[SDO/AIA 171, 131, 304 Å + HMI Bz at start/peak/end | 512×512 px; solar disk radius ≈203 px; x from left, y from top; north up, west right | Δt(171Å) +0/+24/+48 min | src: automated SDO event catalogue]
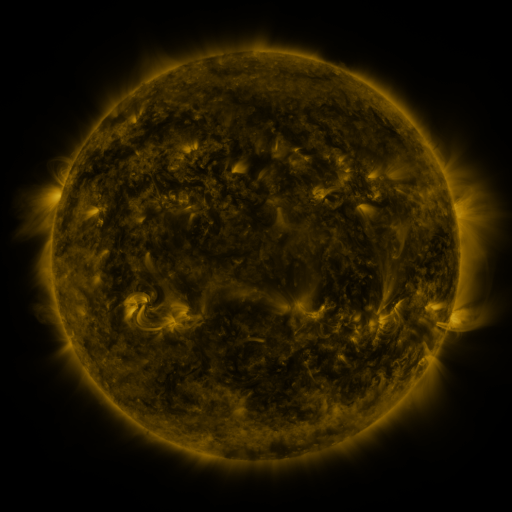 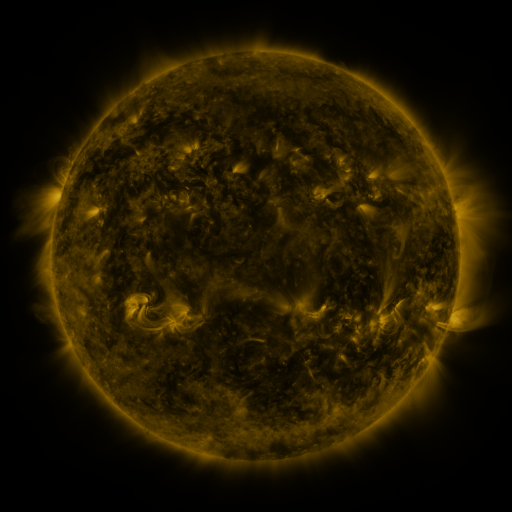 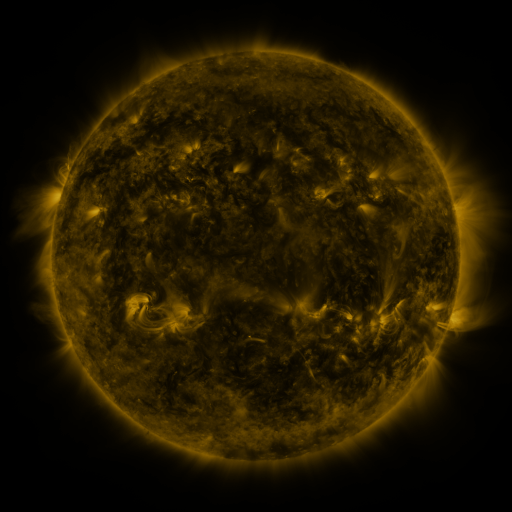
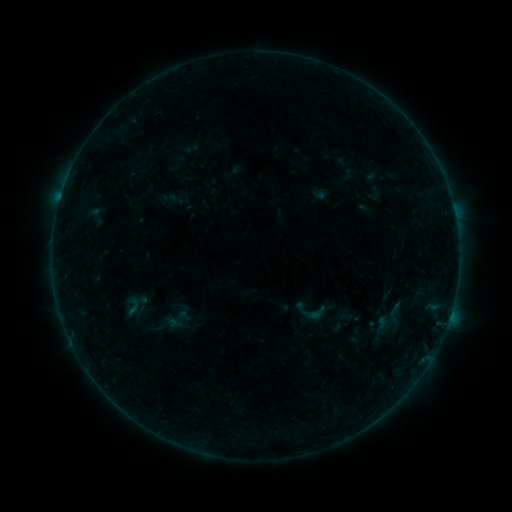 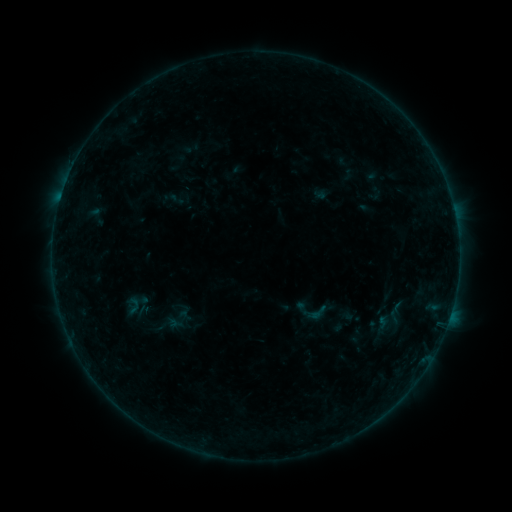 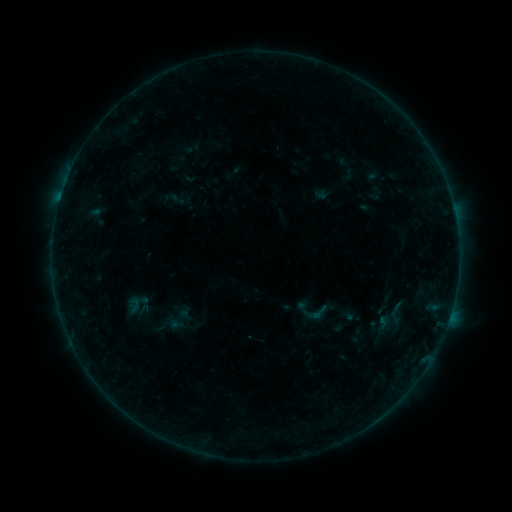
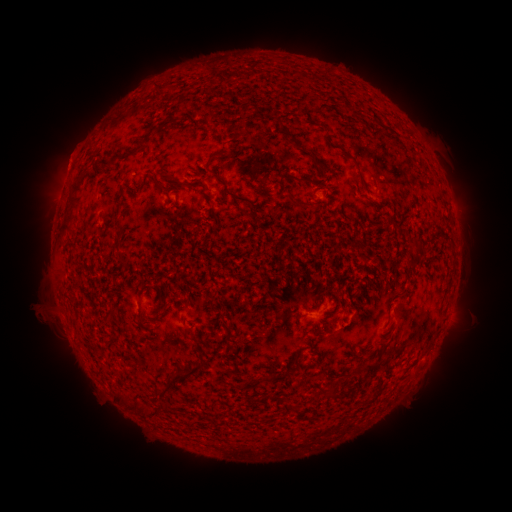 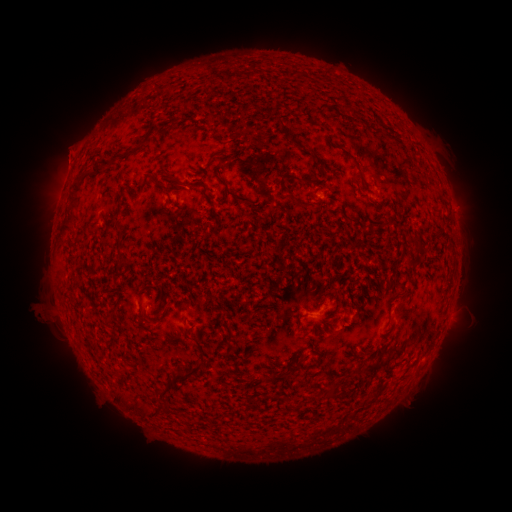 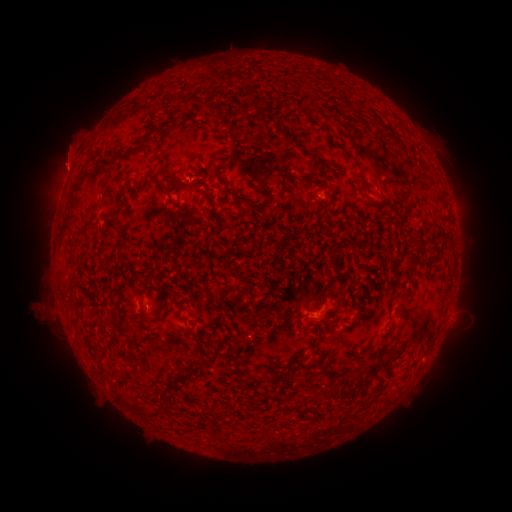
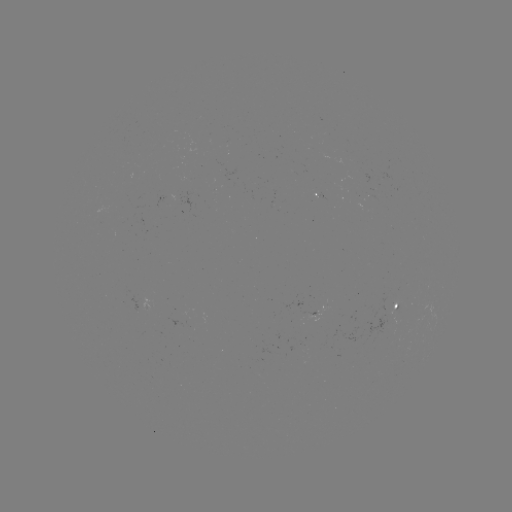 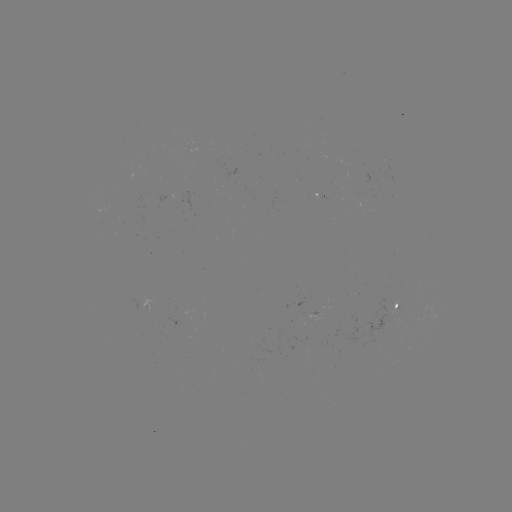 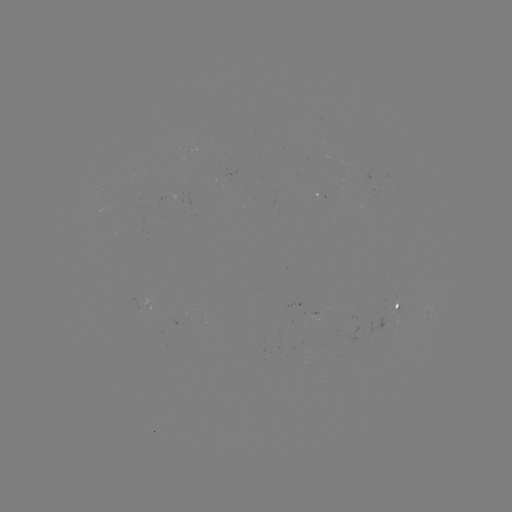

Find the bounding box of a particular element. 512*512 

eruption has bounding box [40, 116, 96, 182].